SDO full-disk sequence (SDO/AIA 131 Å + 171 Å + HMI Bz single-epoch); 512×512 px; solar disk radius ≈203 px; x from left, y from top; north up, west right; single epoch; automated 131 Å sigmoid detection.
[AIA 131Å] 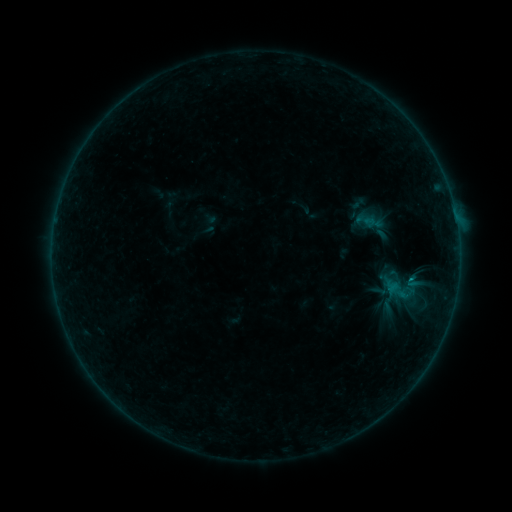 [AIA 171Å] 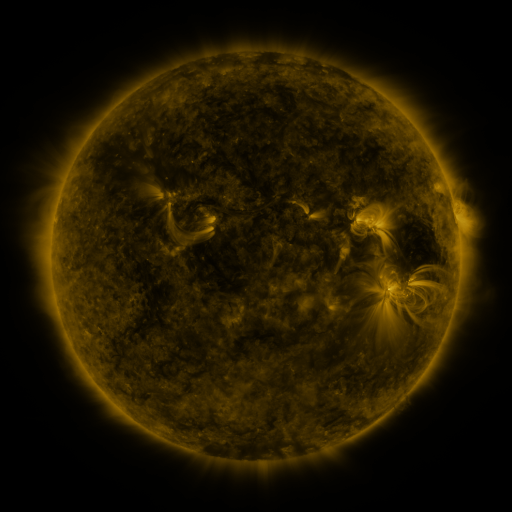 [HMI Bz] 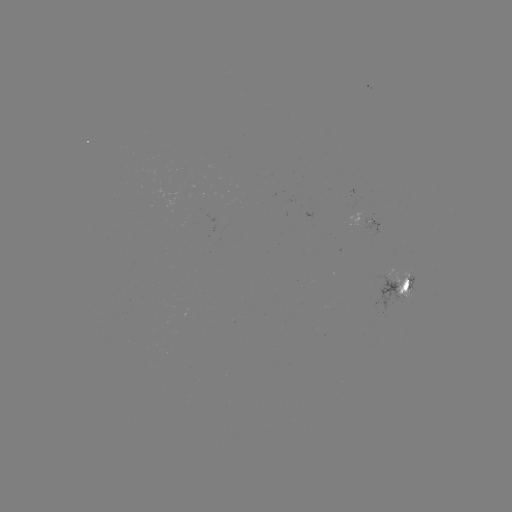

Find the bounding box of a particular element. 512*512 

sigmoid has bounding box [388, 279, 415, 306].